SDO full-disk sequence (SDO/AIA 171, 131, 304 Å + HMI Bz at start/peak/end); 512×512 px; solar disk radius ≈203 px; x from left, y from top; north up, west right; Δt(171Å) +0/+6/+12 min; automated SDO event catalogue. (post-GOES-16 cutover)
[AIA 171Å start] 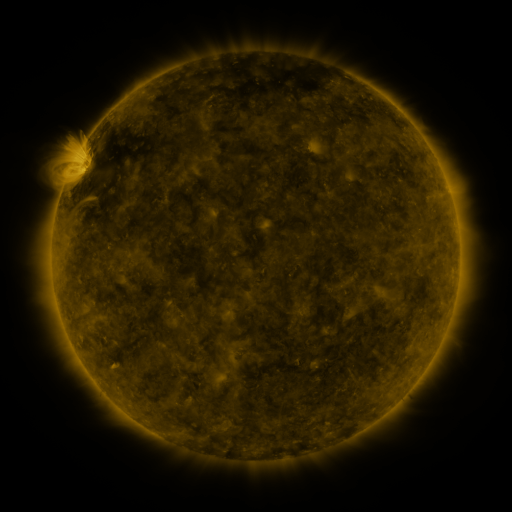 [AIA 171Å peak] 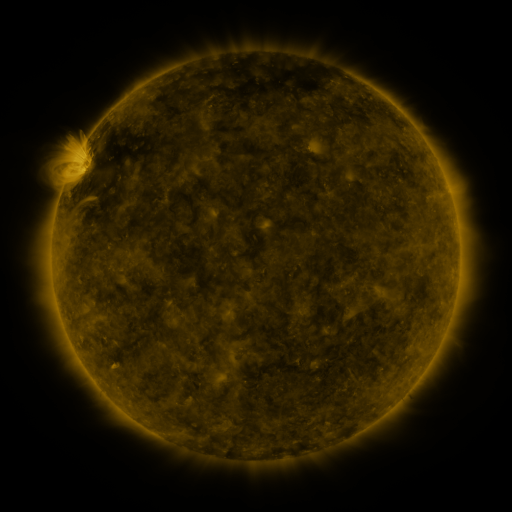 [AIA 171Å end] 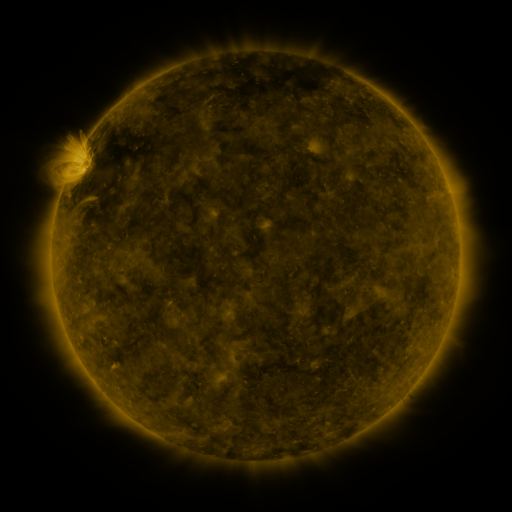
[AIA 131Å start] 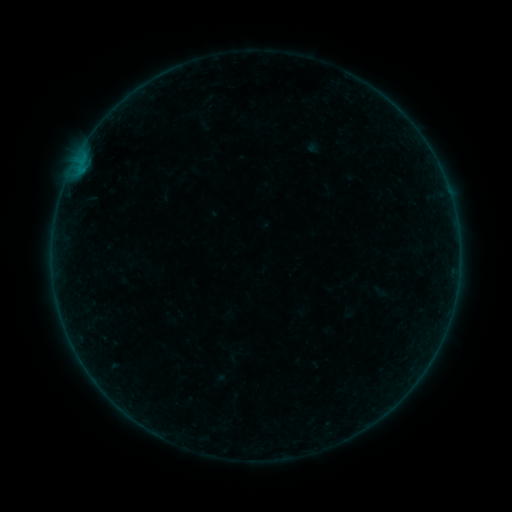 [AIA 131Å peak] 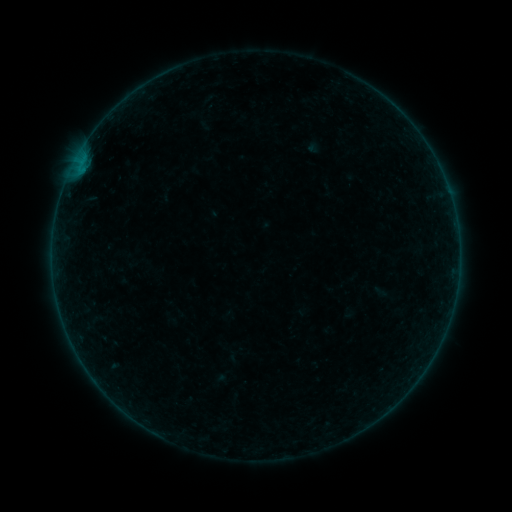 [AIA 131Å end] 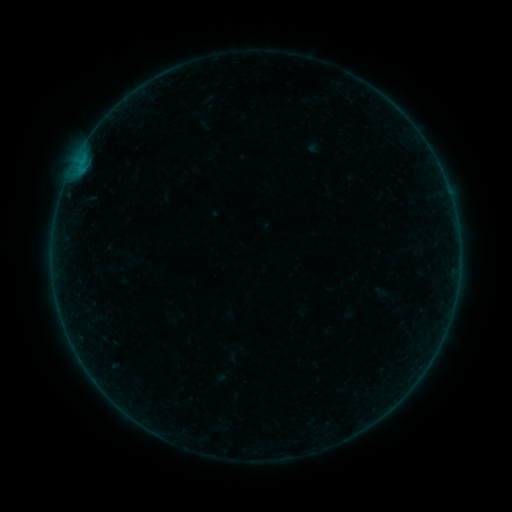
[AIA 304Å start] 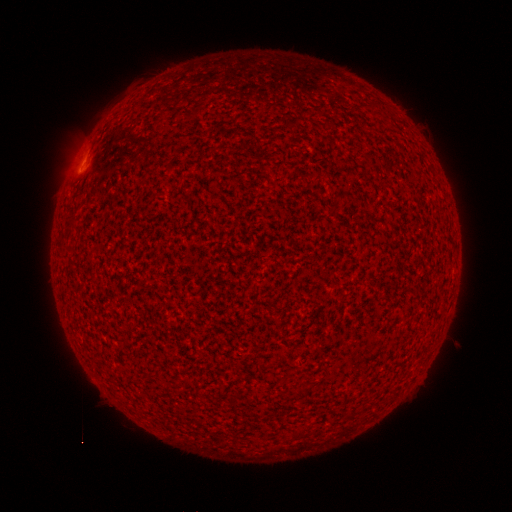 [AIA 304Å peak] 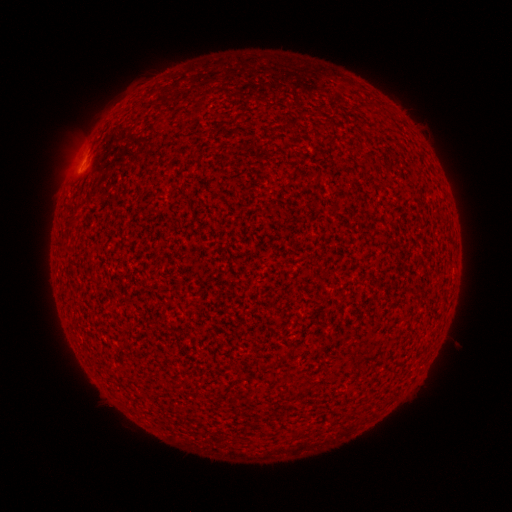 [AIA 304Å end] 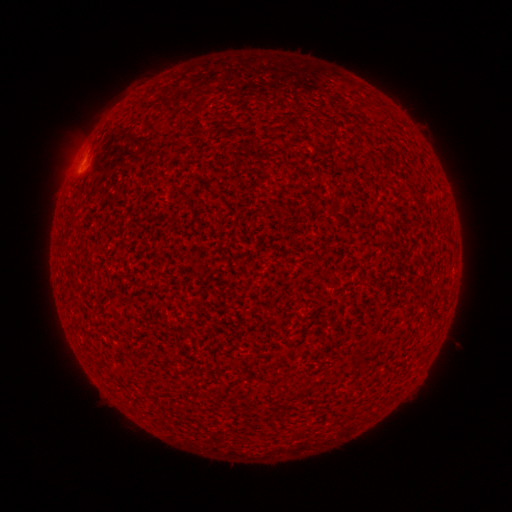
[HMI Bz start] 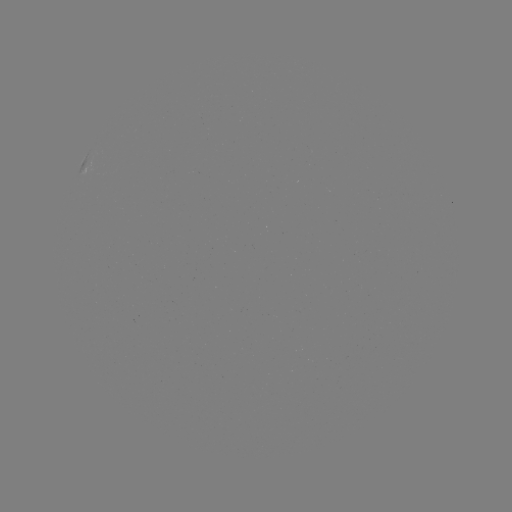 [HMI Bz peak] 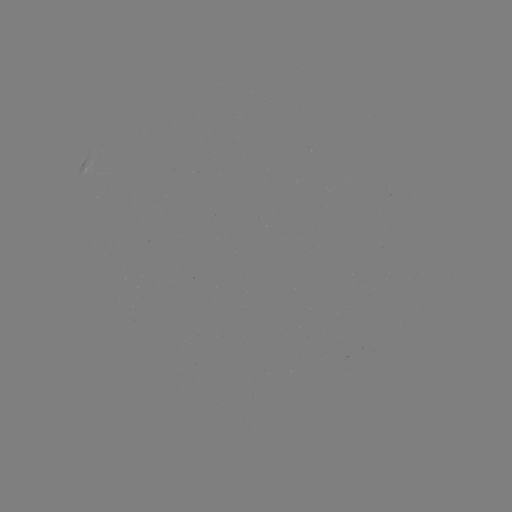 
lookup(A6.8 flare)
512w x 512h [84, 163]